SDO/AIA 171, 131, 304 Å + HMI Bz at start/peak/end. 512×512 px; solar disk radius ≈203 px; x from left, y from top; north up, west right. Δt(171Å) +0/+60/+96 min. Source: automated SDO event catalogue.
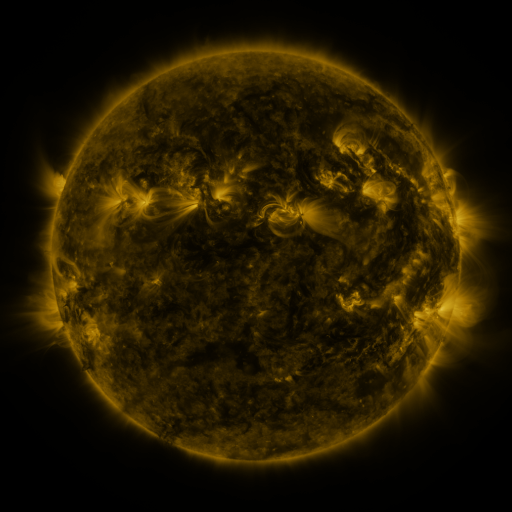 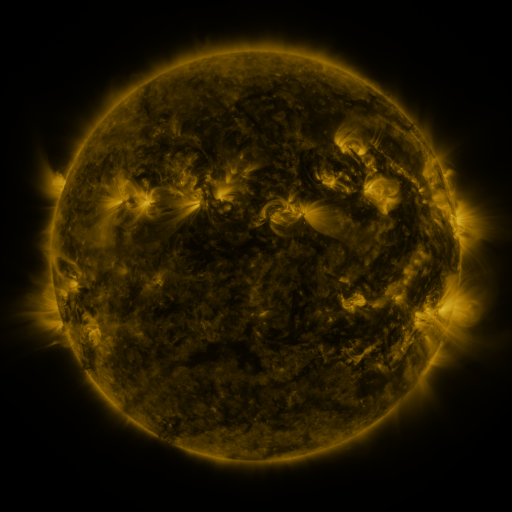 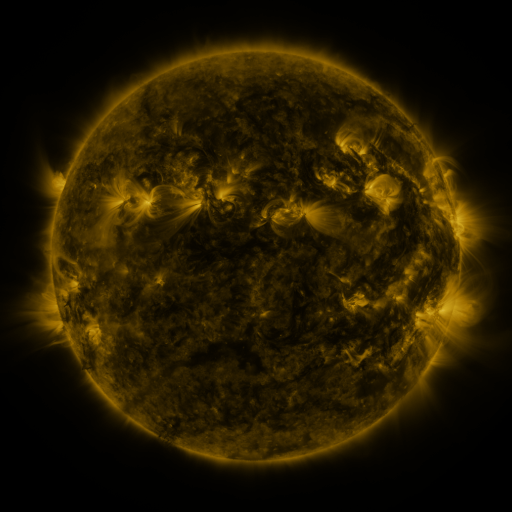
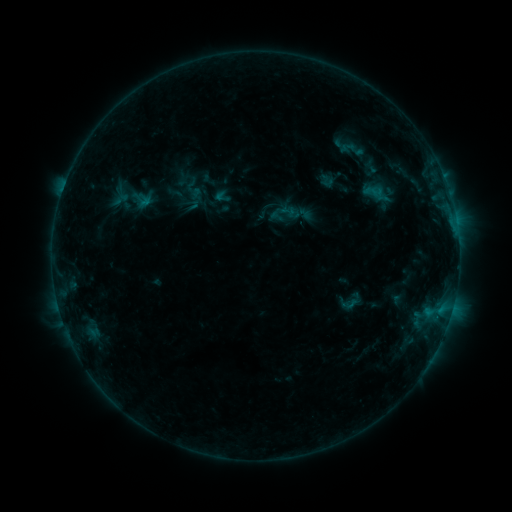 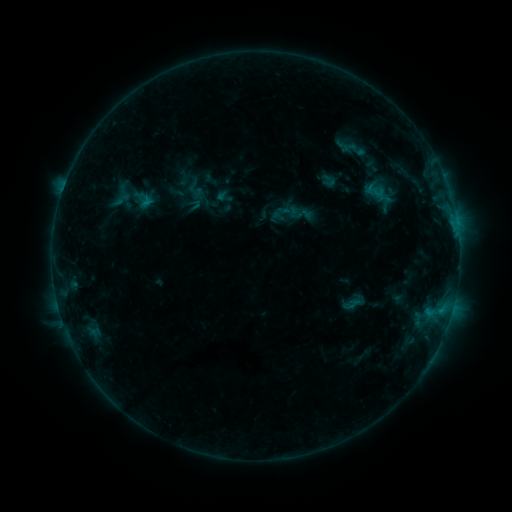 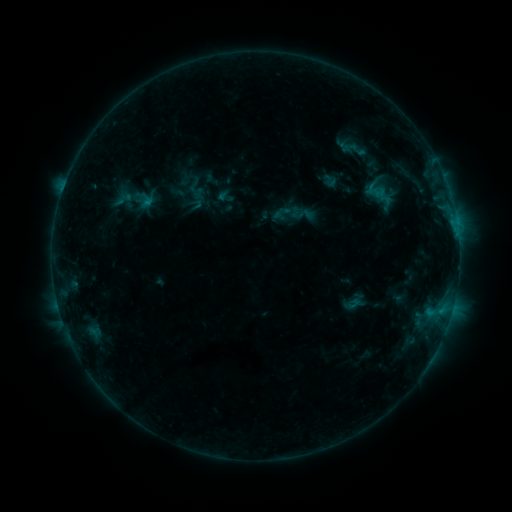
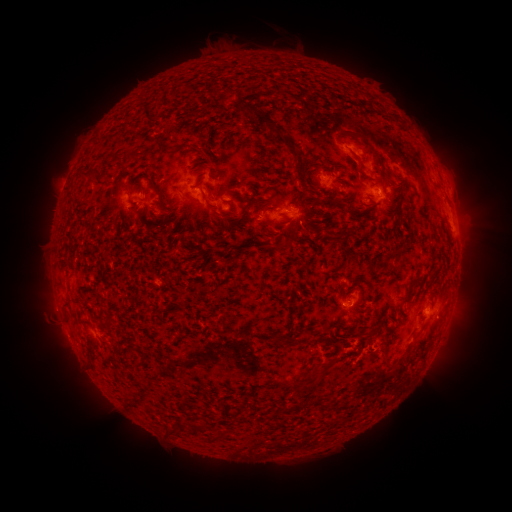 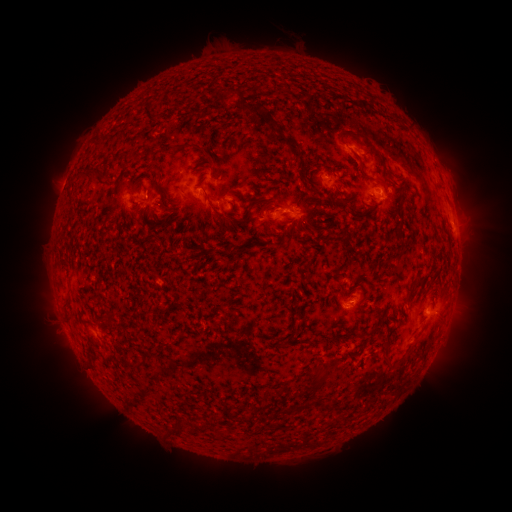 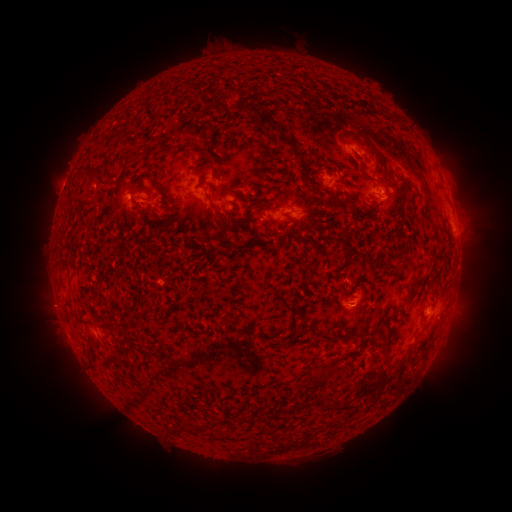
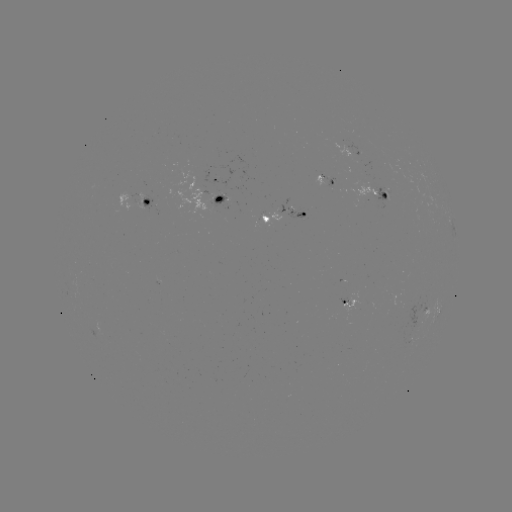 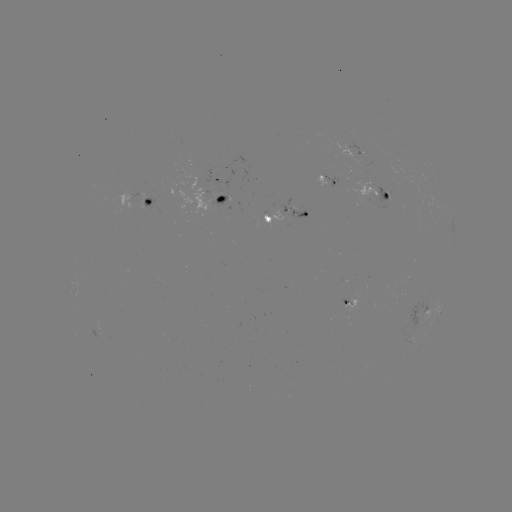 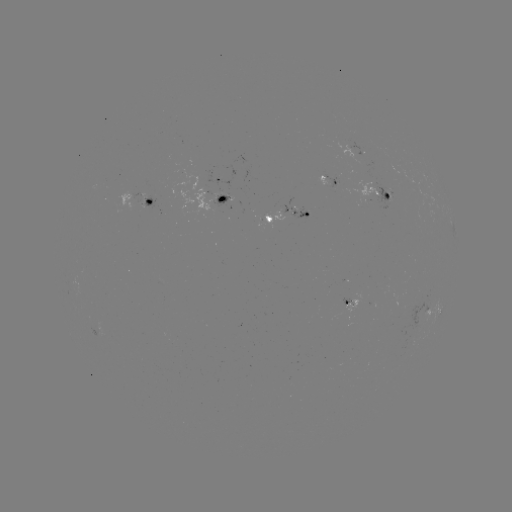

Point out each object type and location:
emerging-flux region: (366, 195)
